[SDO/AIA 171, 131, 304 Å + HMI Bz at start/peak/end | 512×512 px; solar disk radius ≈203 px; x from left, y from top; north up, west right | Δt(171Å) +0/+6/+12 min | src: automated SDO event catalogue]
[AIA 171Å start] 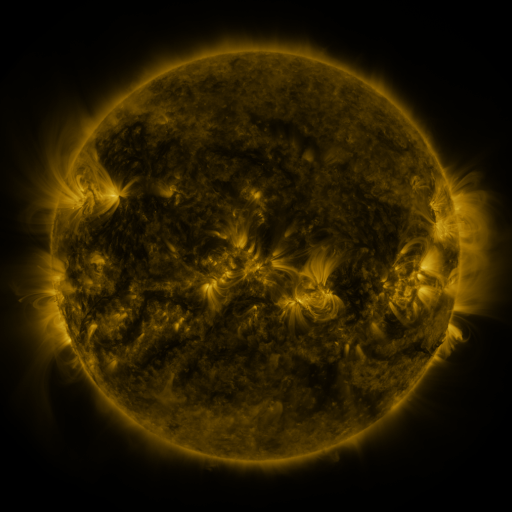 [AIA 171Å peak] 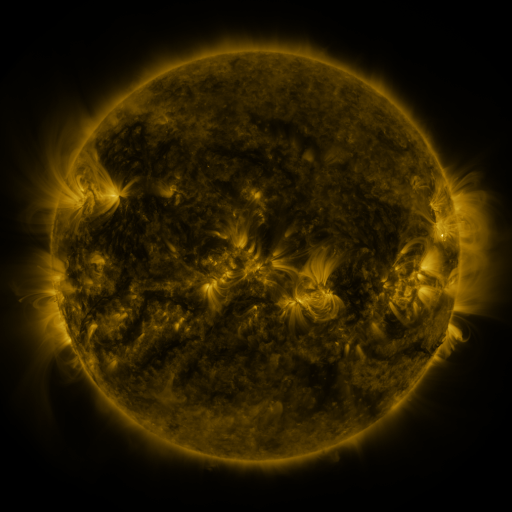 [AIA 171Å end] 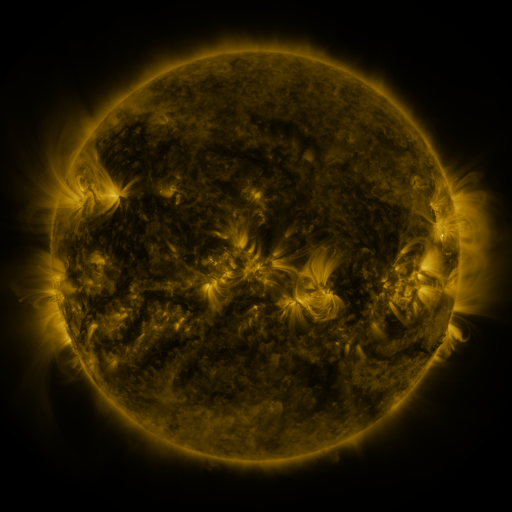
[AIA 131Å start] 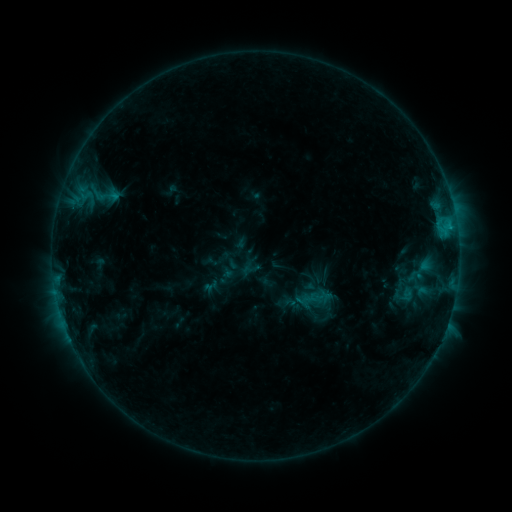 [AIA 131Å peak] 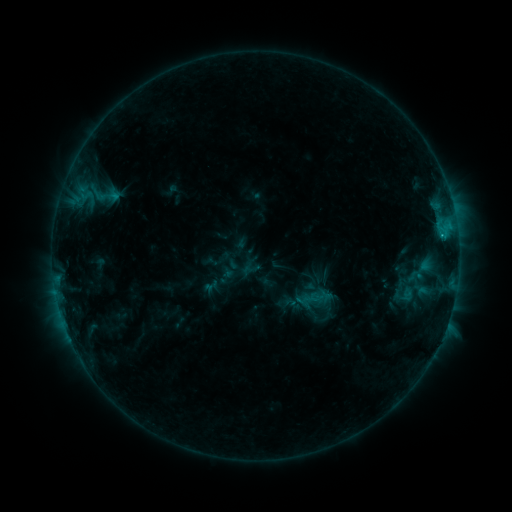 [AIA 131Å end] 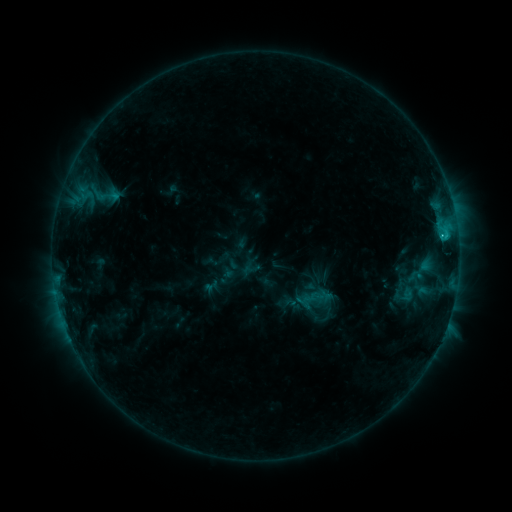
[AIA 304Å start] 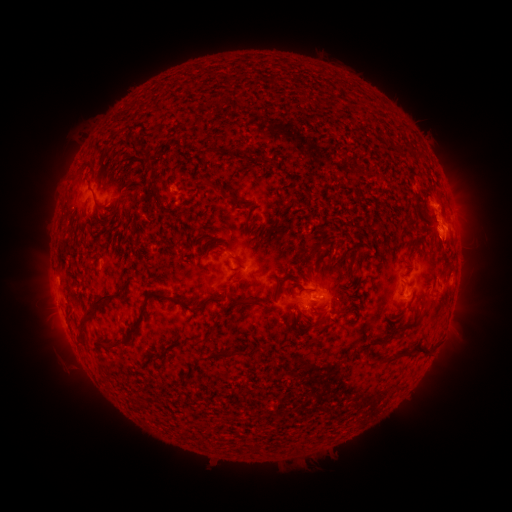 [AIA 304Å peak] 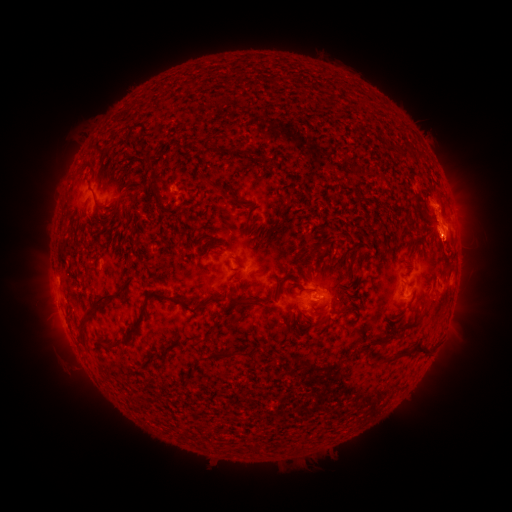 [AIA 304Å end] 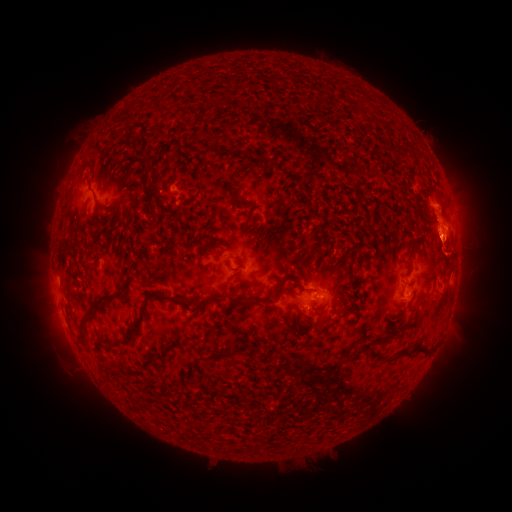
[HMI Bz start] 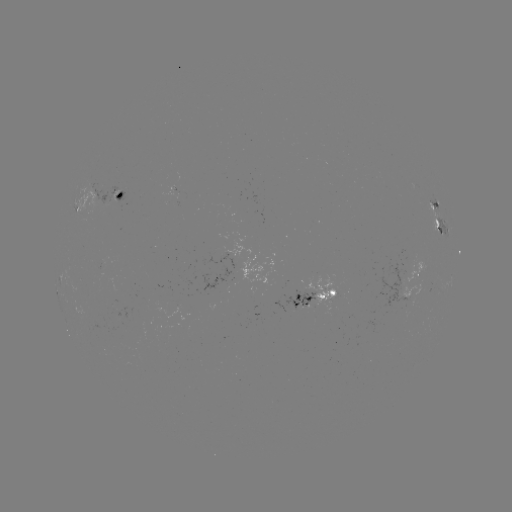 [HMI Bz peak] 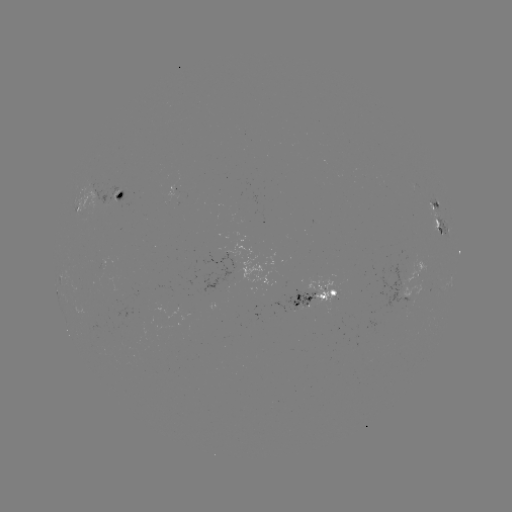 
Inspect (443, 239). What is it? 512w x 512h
C1.5 flare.